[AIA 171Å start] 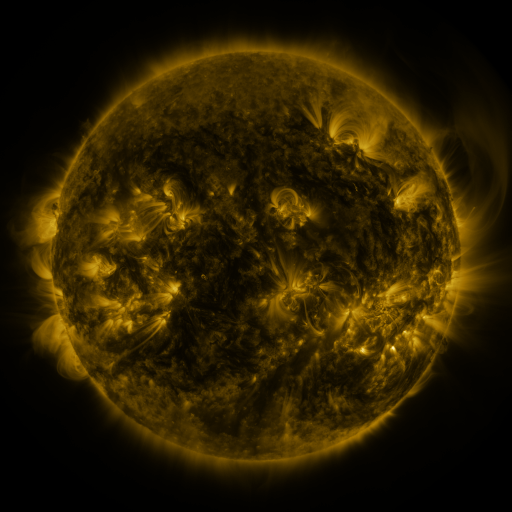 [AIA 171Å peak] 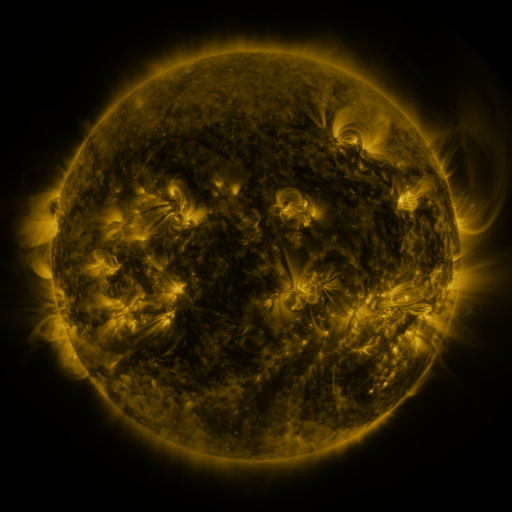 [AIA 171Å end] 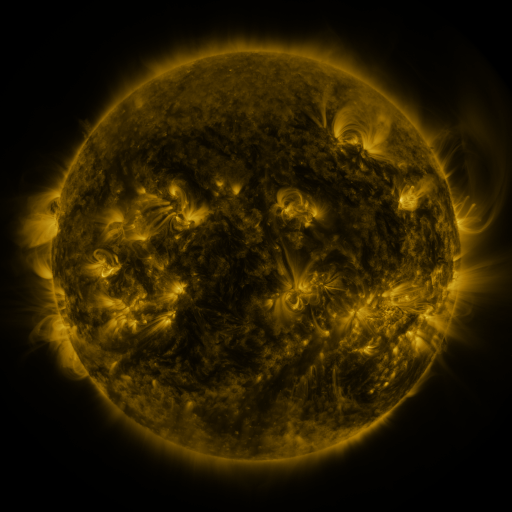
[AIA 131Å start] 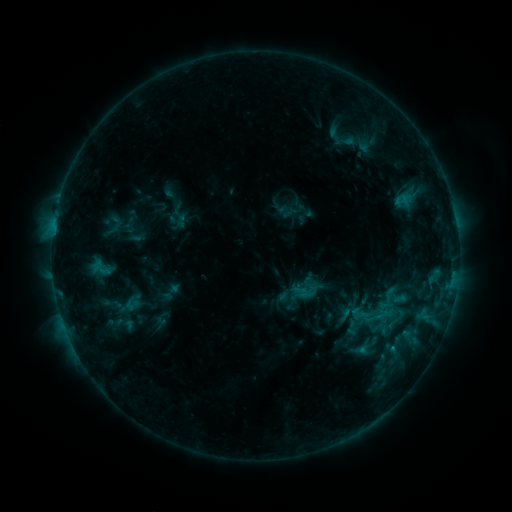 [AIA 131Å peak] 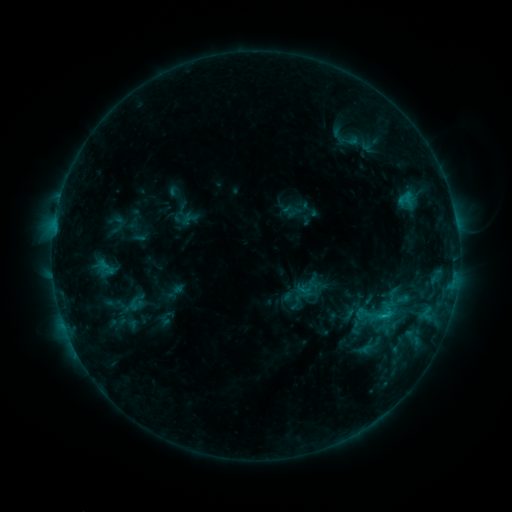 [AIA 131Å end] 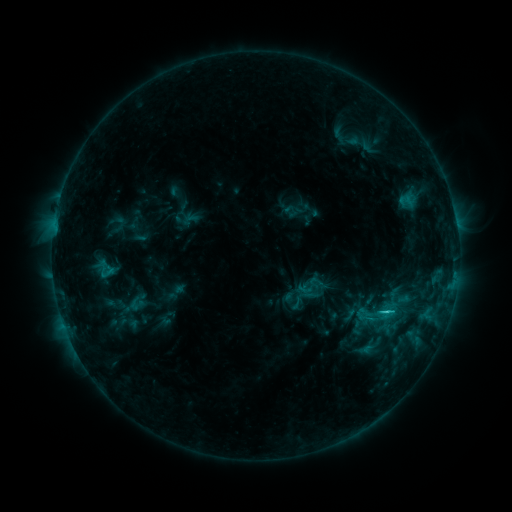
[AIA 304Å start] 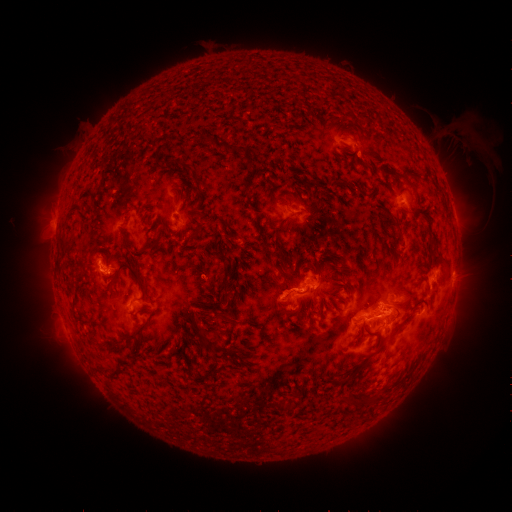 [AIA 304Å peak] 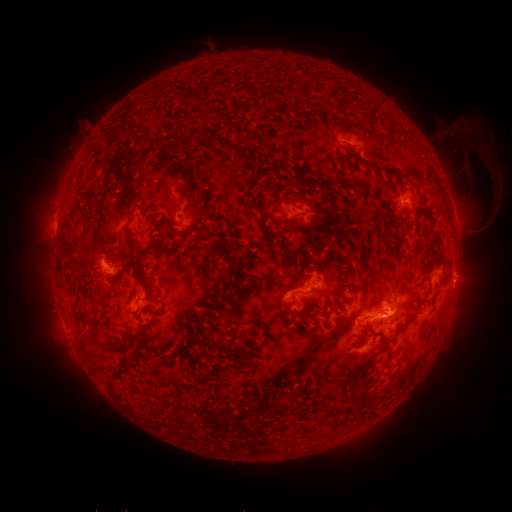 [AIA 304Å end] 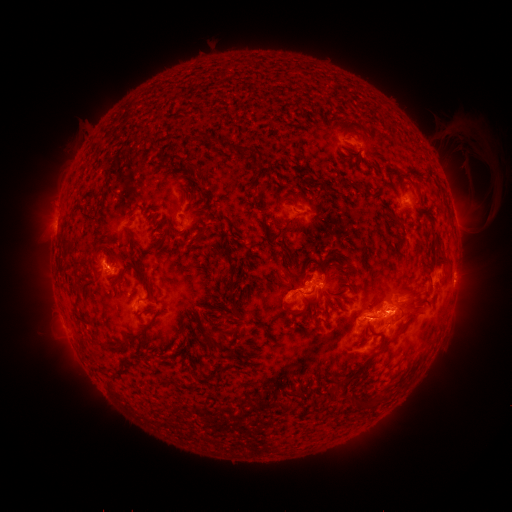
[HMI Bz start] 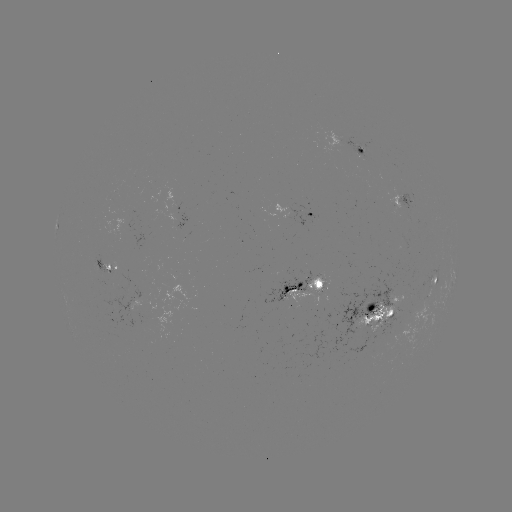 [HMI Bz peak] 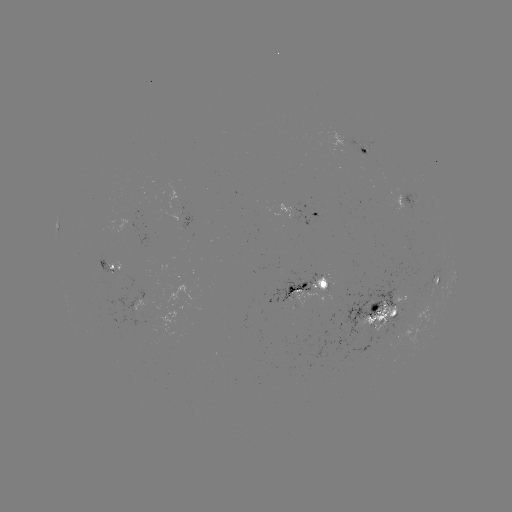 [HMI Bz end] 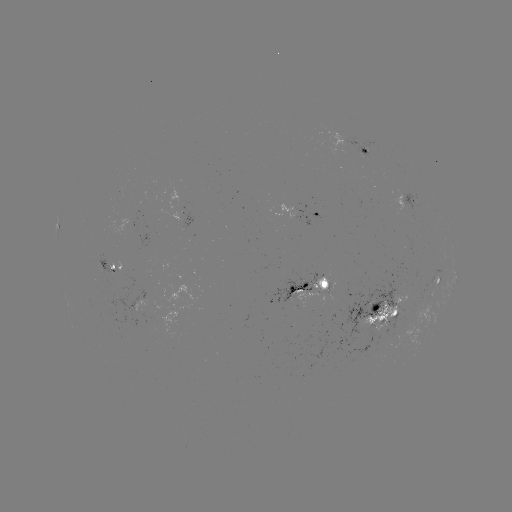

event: emerging-flux region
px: (392, 313)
